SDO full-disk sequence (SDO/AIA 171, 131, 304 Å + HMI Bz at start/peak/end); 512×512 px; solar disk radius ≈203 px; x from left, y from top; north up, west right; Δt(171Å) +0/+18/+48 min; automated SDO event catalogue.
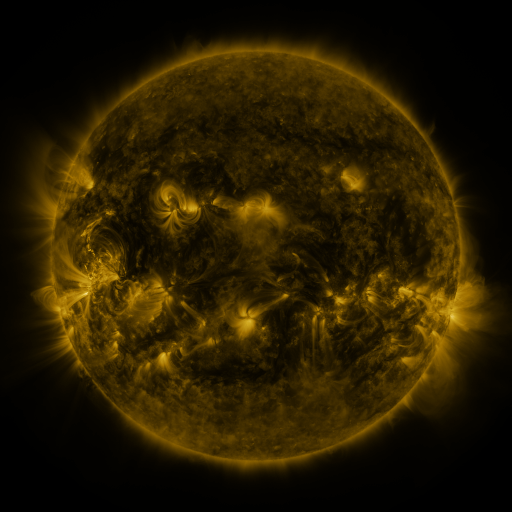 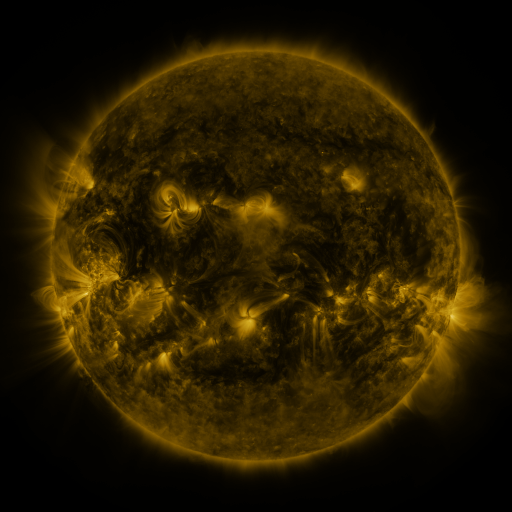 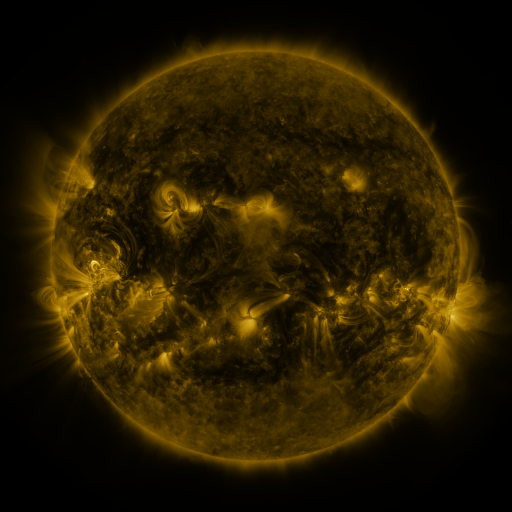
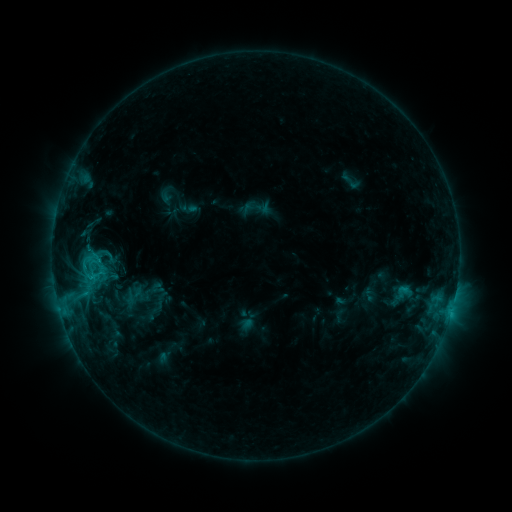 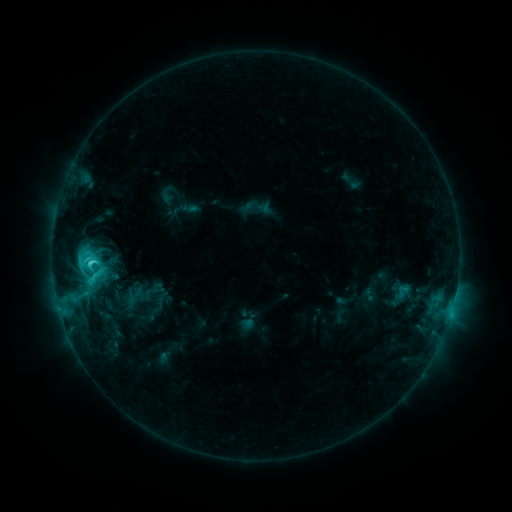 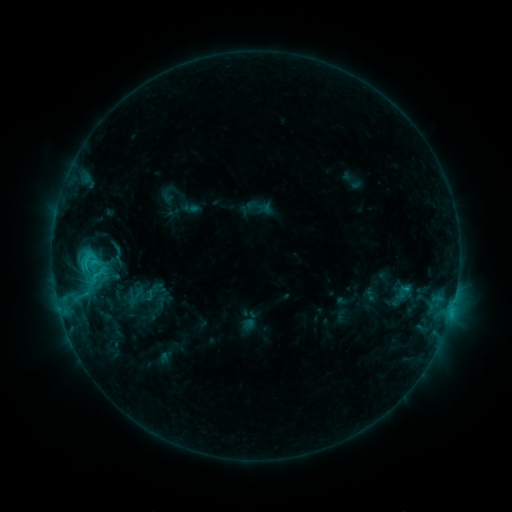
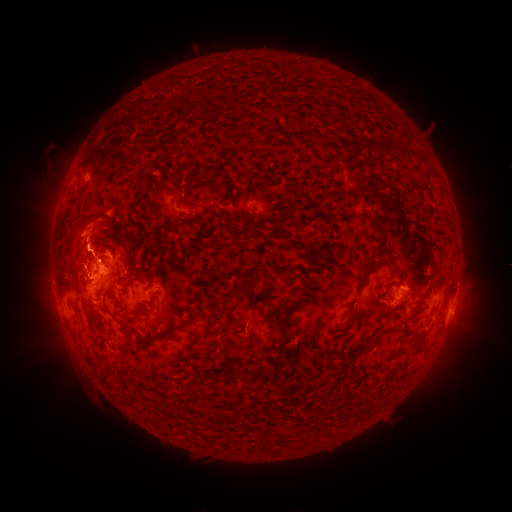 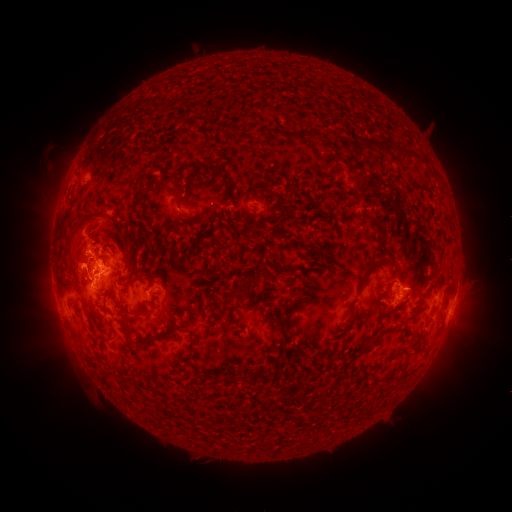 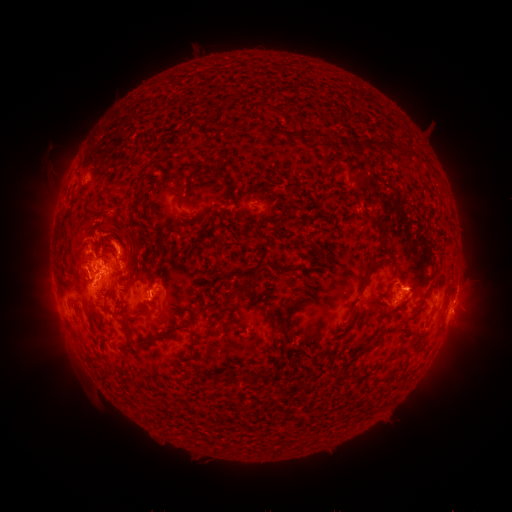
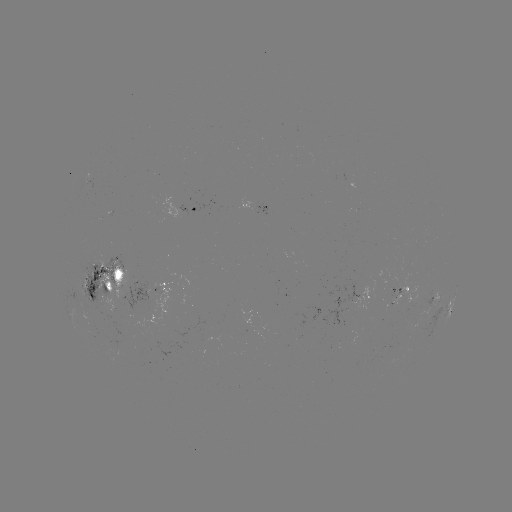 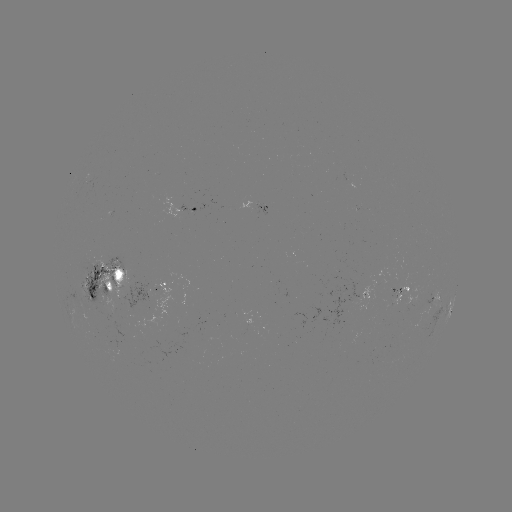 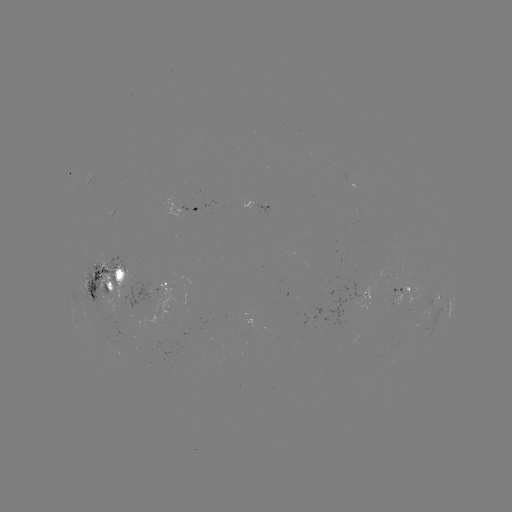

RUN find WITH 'C5.6 flare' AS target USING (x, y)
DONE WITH (91, 263) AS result